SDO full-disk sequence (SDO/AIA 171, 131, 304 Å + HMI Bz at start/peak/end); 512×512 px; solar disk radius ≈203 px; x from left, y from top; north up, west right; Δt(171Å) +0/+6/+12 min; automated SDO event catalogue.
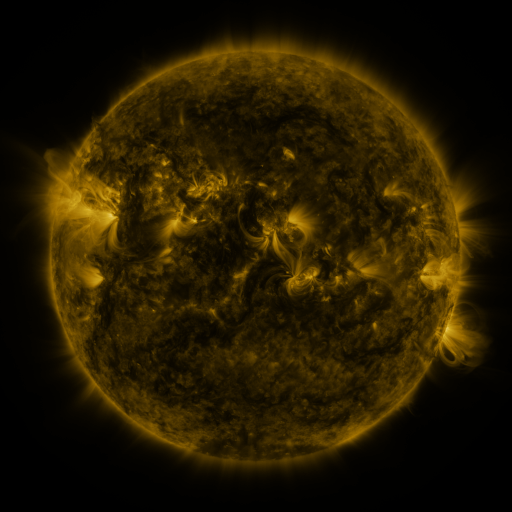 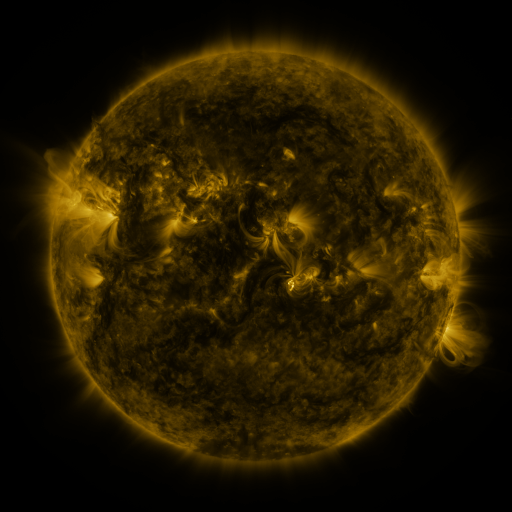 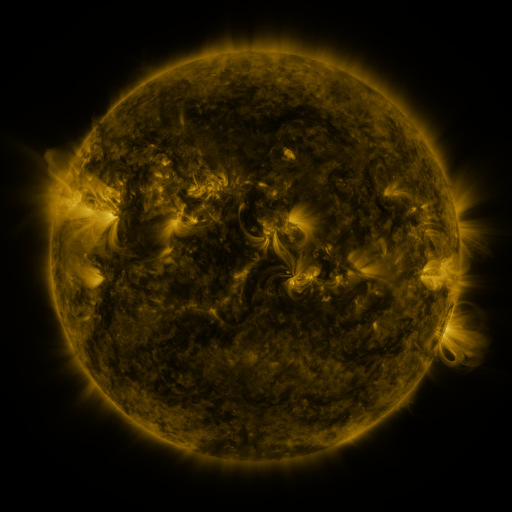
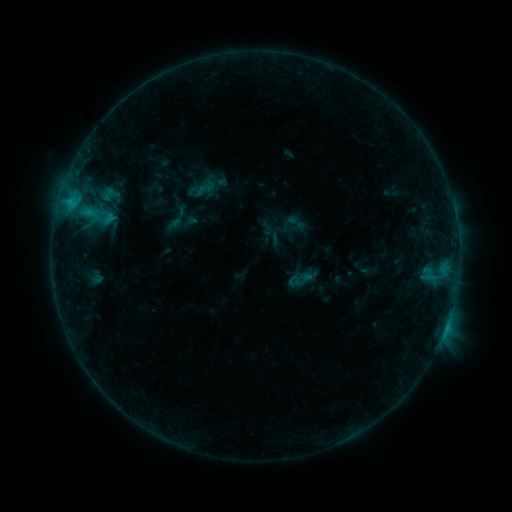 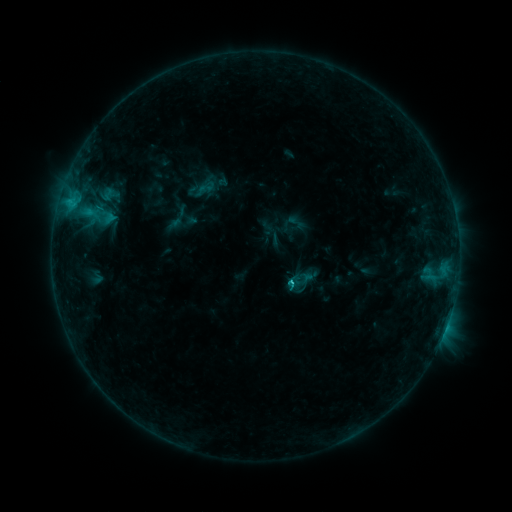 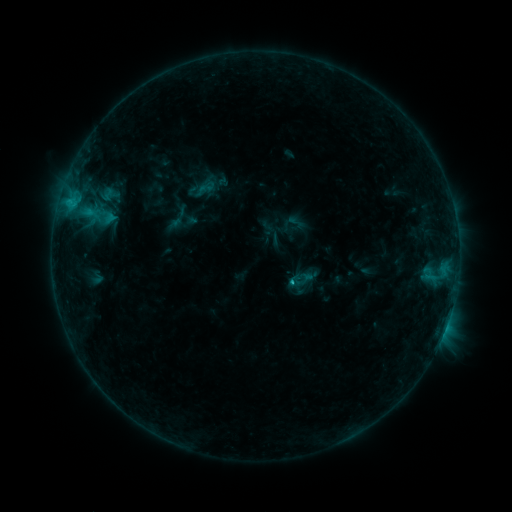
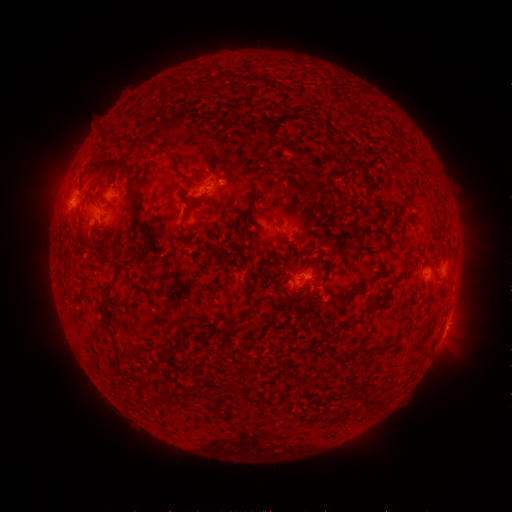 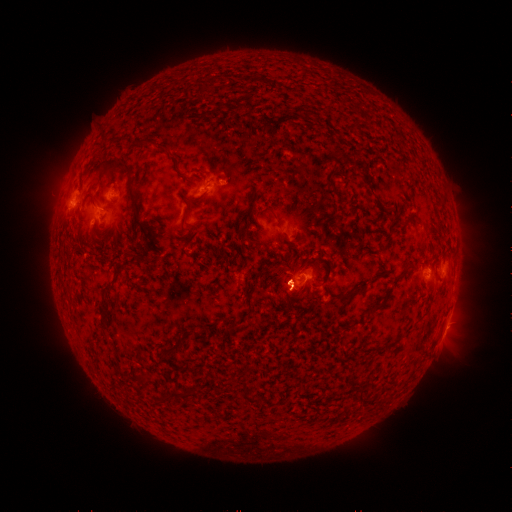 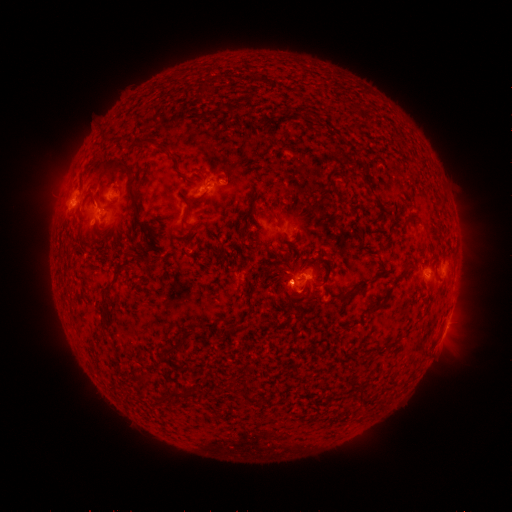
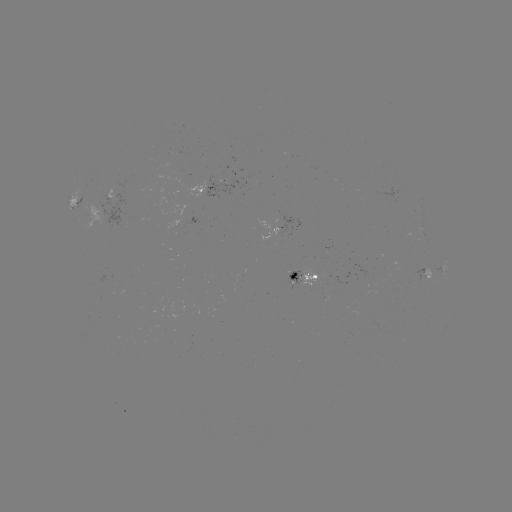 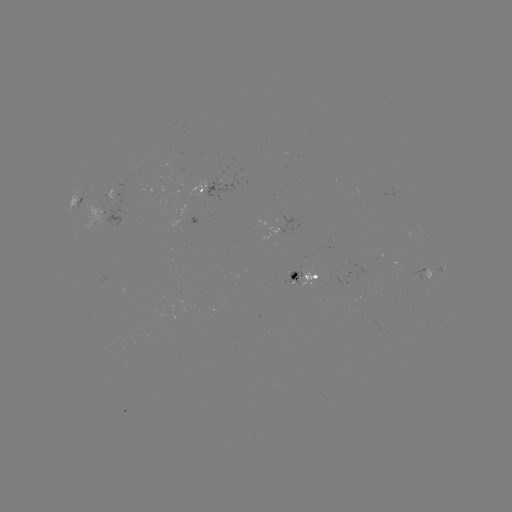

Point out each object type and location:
C1.0 flare: (290, 279)
